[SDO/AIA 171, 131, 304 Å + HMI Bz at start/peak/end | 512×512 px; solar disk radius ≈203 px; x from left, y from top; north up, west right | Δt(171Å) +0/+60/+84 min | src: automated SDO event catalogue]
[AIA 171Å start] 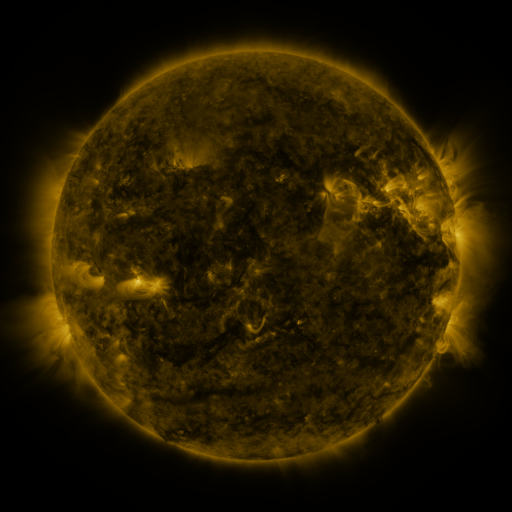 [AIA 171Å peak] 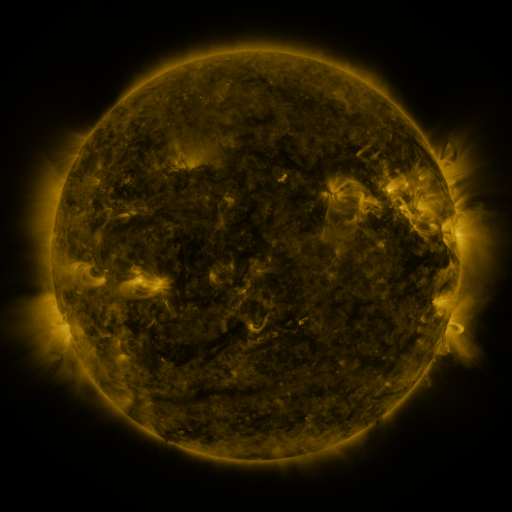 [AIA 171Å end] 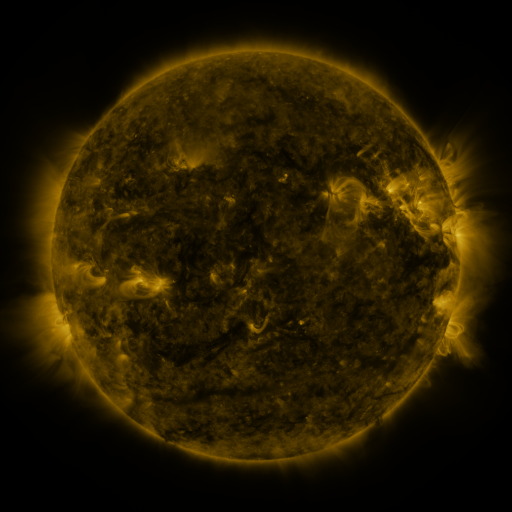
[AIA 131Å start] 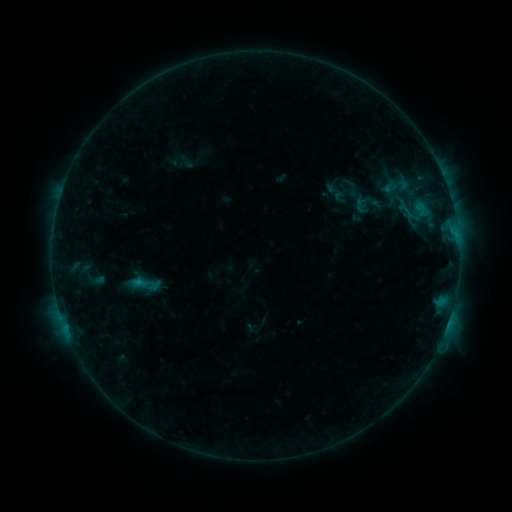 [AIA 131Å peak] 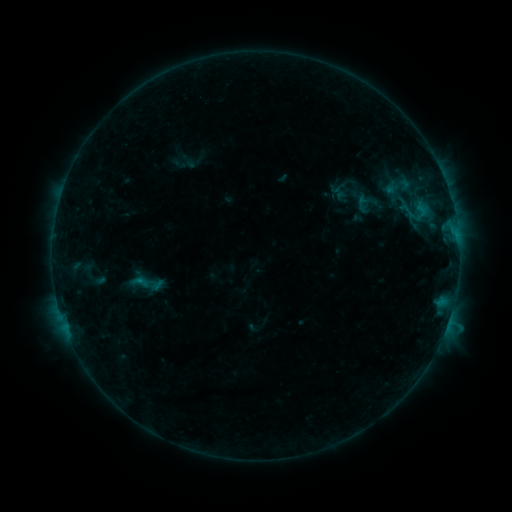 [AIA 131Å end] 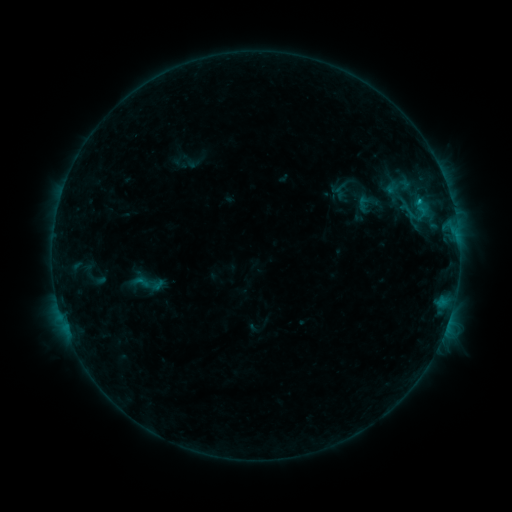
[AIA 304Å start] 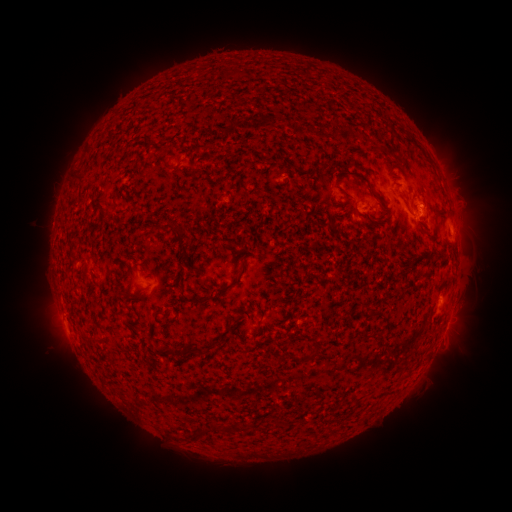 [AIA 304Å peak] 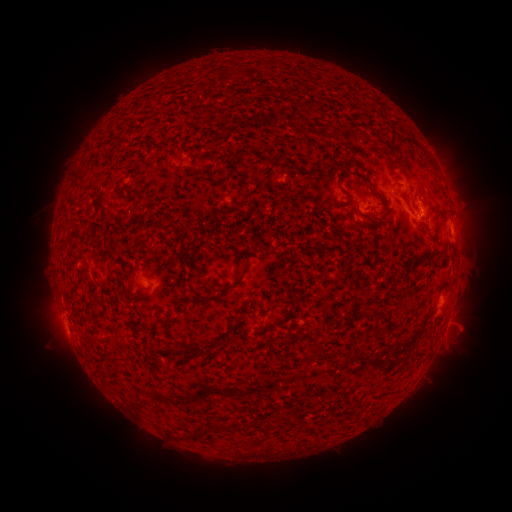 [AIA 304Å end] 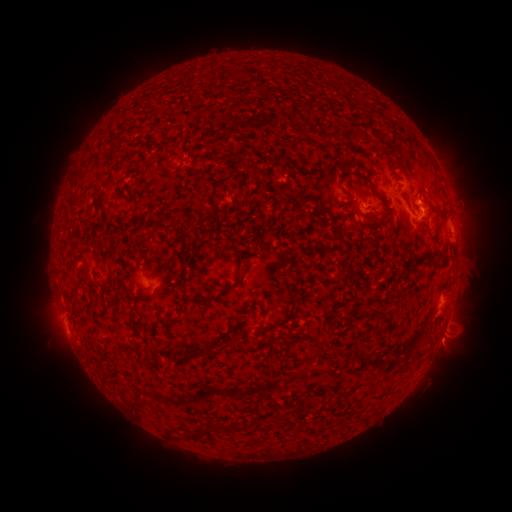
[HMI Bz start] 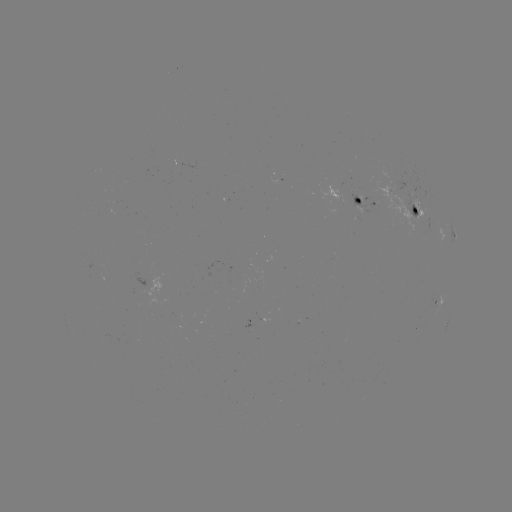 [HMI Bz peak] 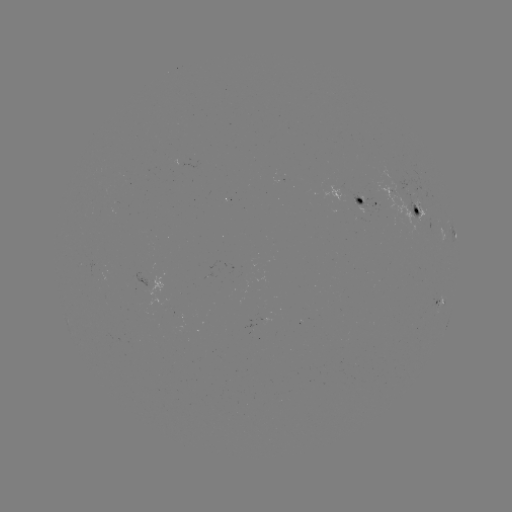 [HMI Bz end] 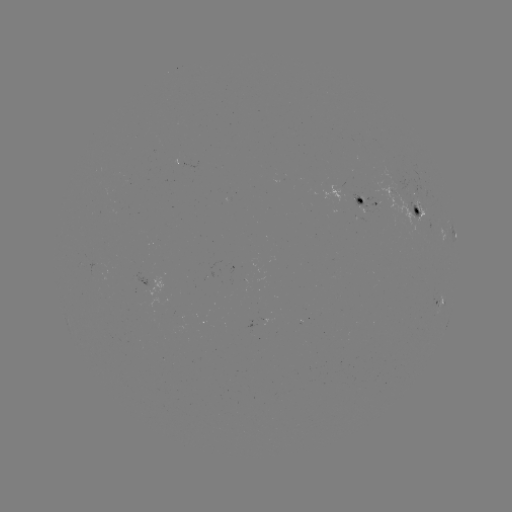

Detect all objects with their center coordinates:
emerging-flux region: (408, 214)
